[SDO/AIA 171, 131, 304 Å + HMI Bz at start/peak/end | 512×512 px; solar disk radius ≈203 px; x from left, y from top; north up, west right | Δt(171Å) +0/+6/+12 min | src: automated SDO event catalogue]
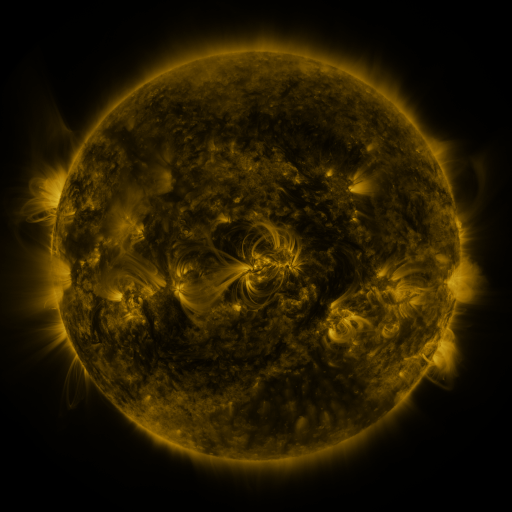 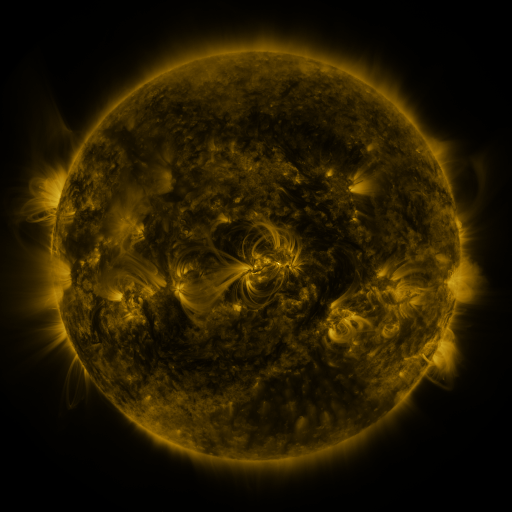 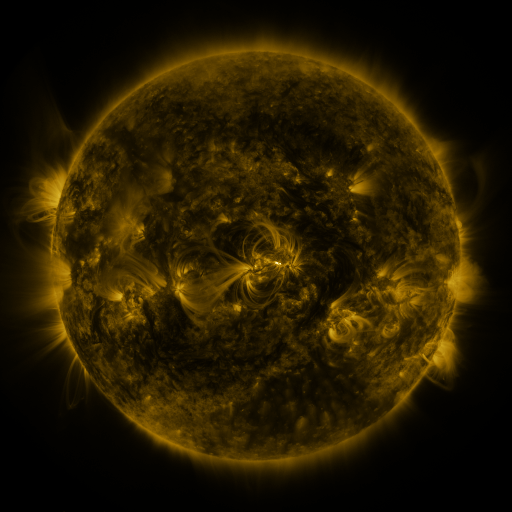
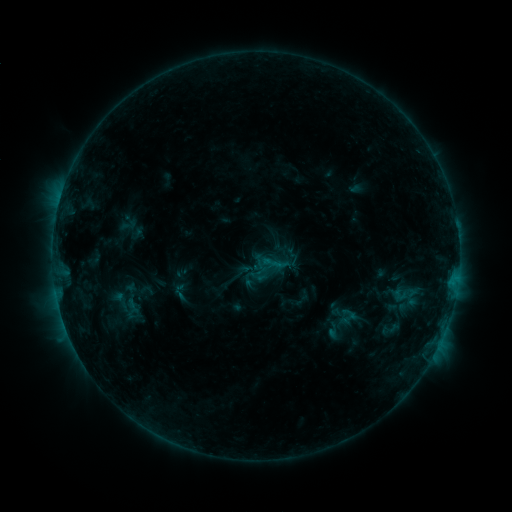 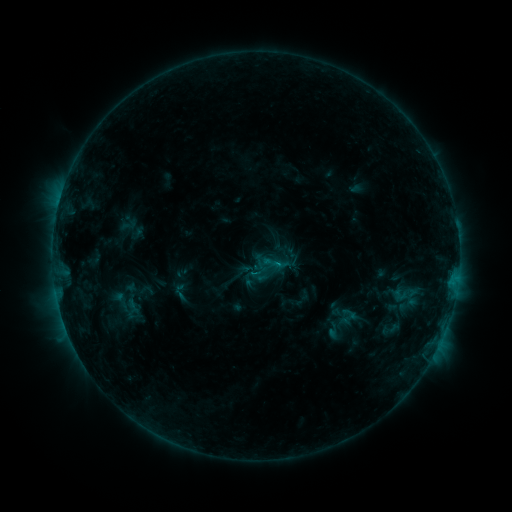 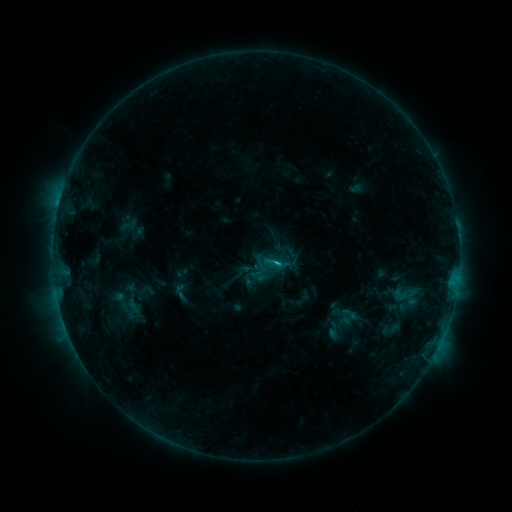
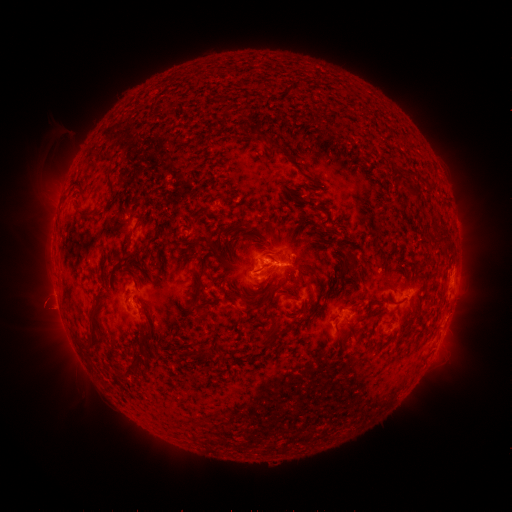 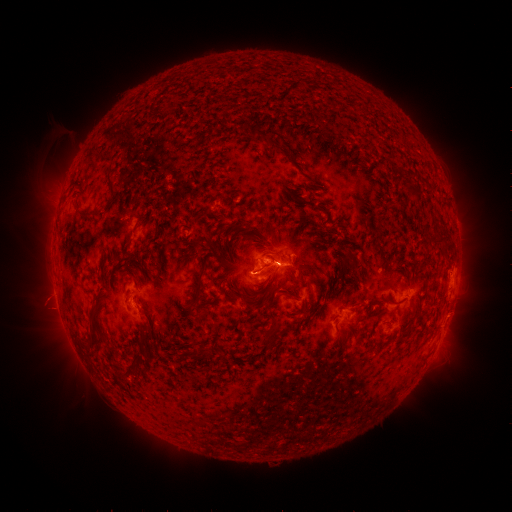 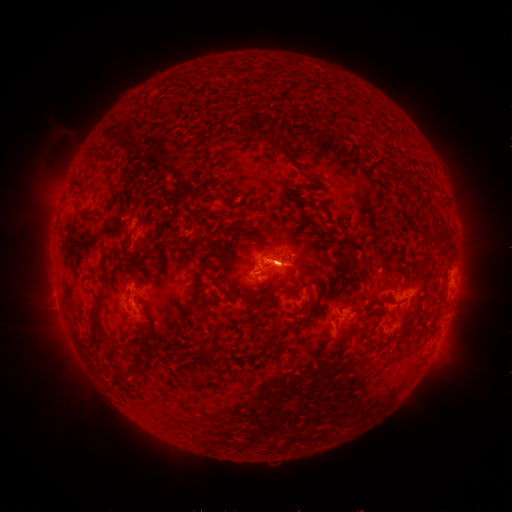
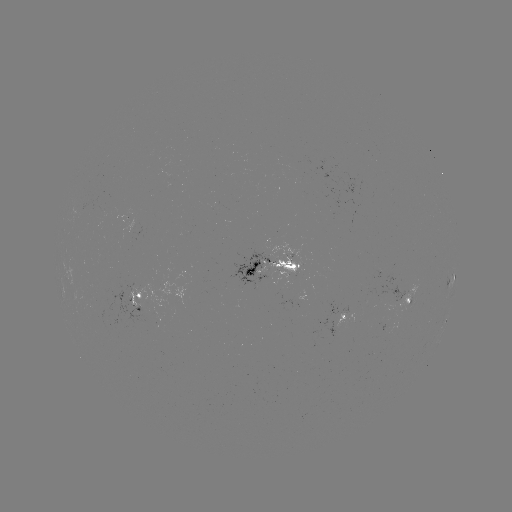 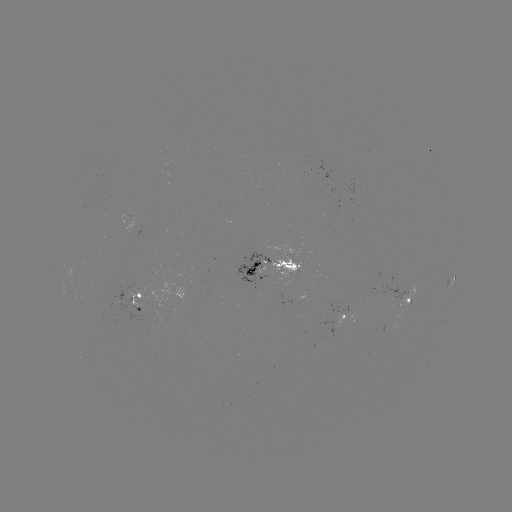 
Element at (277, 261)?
C2.0 flare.